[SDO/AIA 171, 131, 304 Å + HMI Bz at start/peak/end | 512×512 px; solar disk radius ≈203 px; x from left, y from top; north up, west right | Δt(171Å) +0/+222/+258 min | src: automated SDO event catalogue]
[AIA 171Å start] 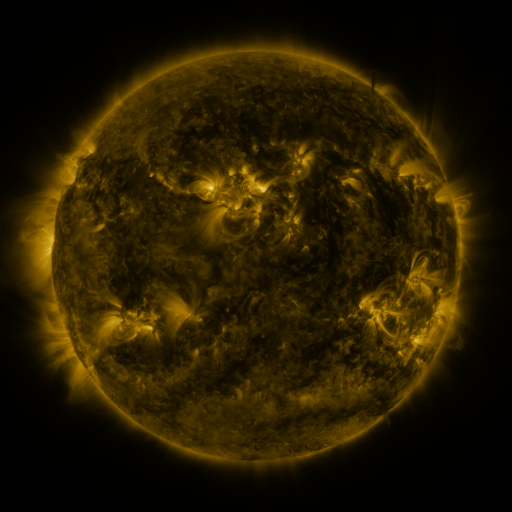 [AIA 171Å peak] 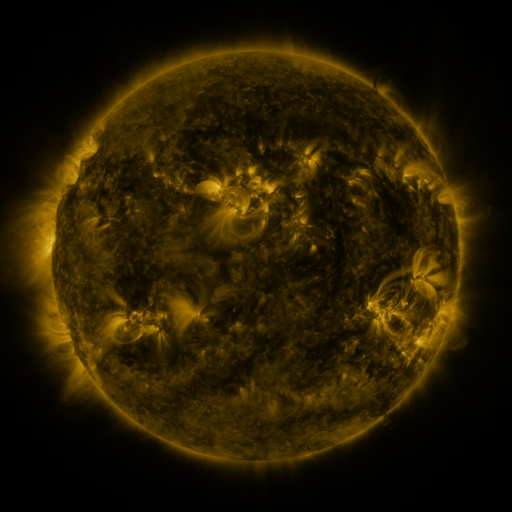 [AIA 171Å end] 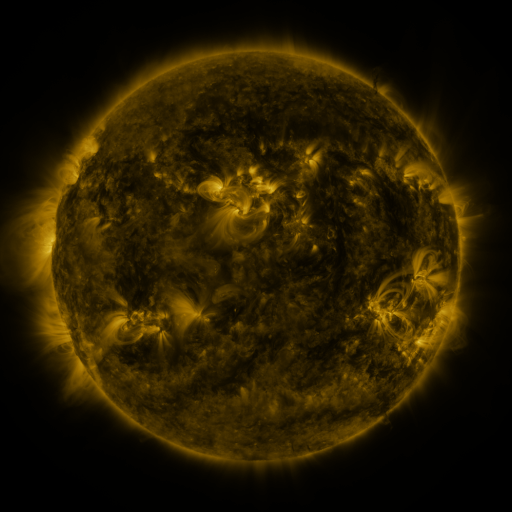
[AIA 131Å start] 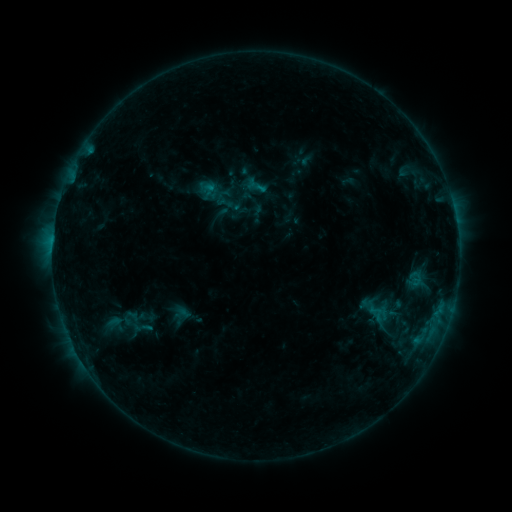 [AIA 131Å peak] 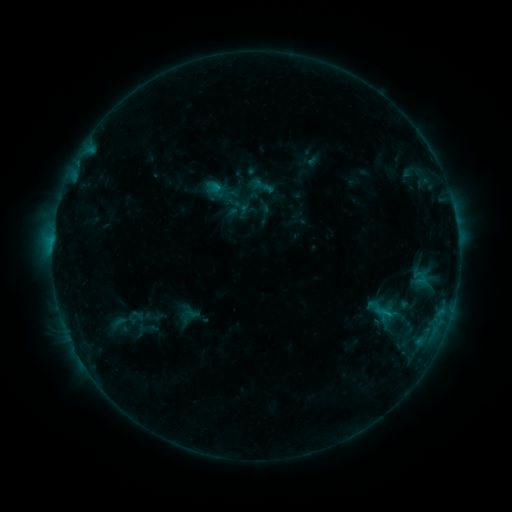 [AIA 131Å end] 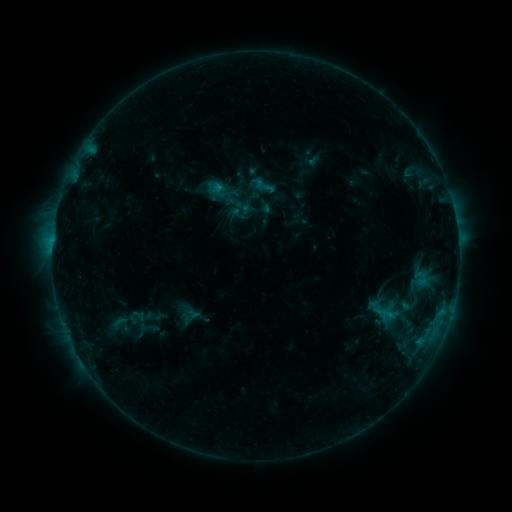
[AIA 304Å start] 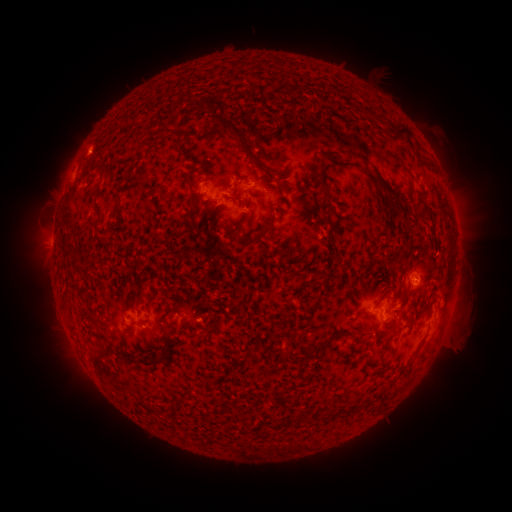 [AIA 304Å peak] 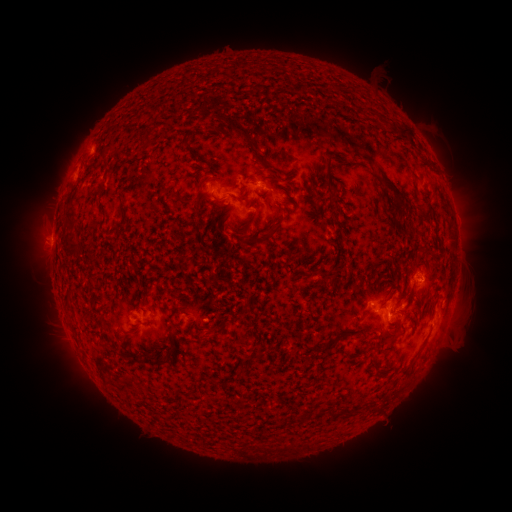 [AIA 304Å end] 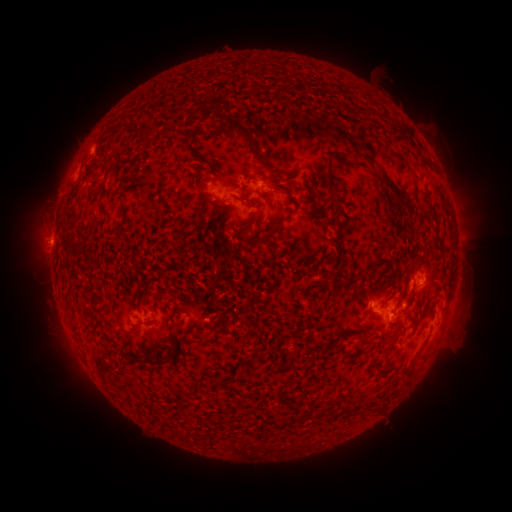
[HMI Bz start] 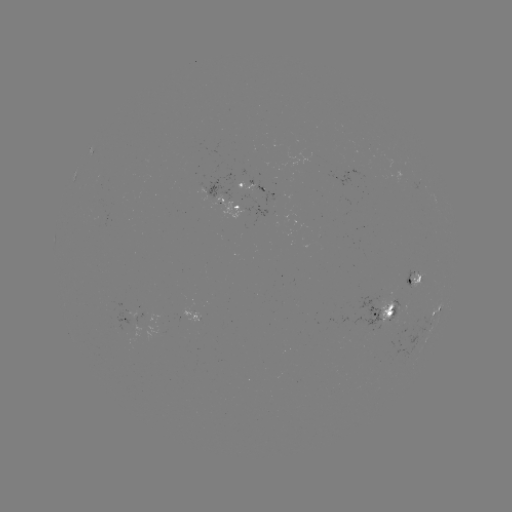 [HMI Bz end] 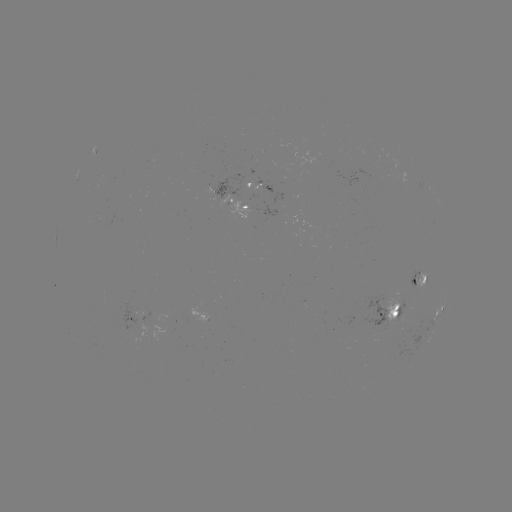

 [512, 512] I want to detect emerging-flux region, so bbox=[258, 181, 283, 206].